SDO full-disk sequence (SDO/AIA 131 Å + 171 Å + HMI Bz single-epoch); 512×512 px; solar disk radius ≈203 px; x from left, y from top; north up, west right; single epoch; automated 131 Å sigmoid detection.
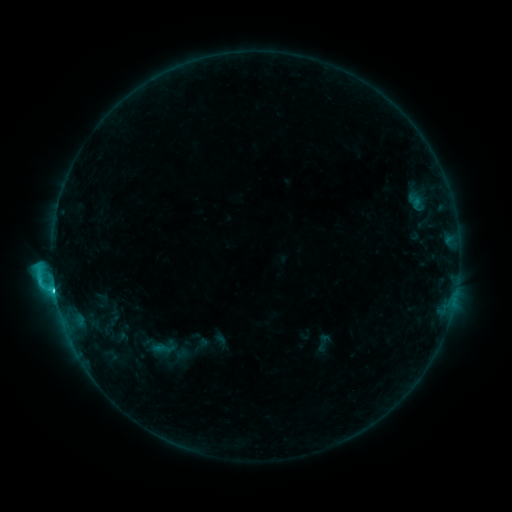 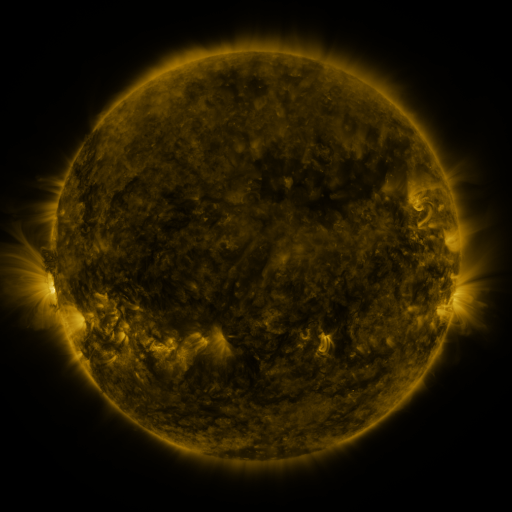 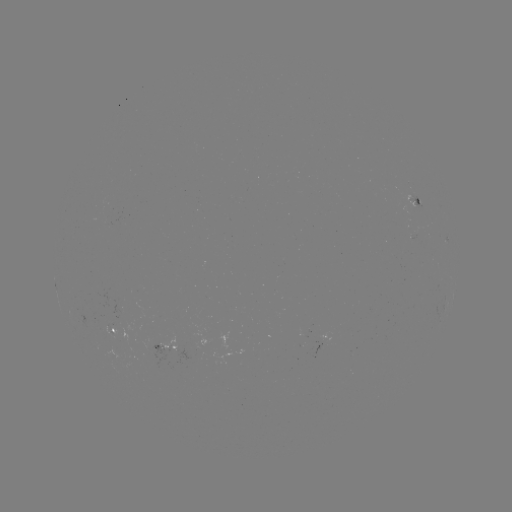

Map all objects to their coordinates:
sigmoid: (313, 332, 334, 353)
sigmoid: (148, 338, 176, 360)
